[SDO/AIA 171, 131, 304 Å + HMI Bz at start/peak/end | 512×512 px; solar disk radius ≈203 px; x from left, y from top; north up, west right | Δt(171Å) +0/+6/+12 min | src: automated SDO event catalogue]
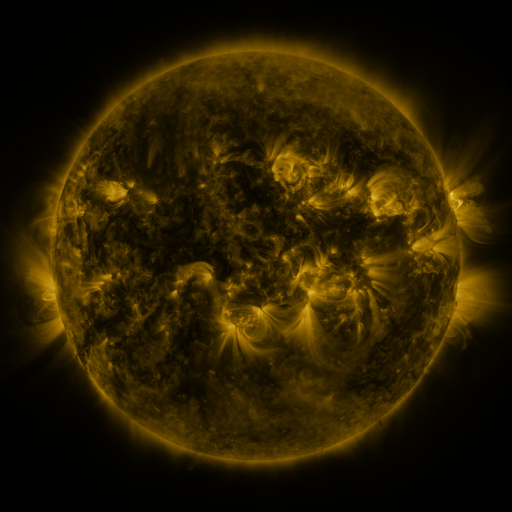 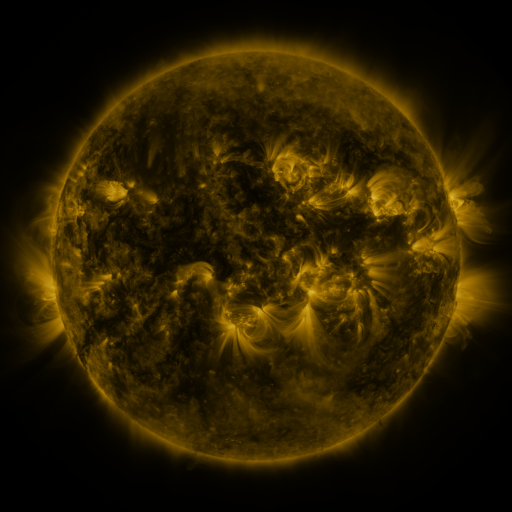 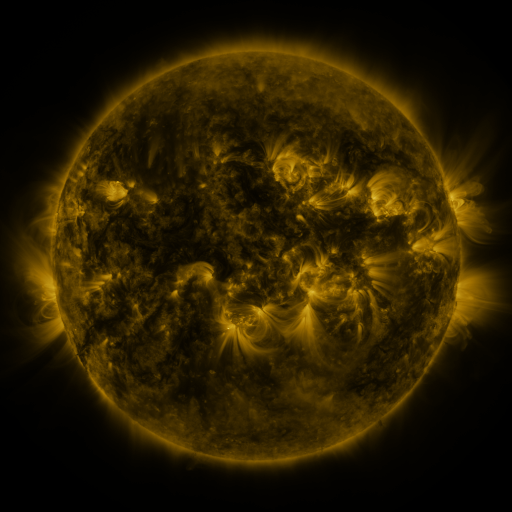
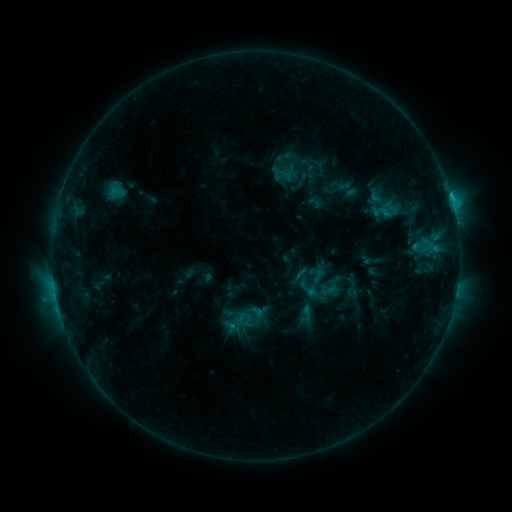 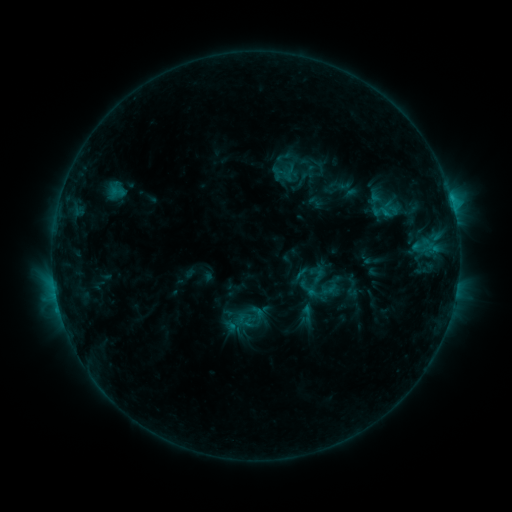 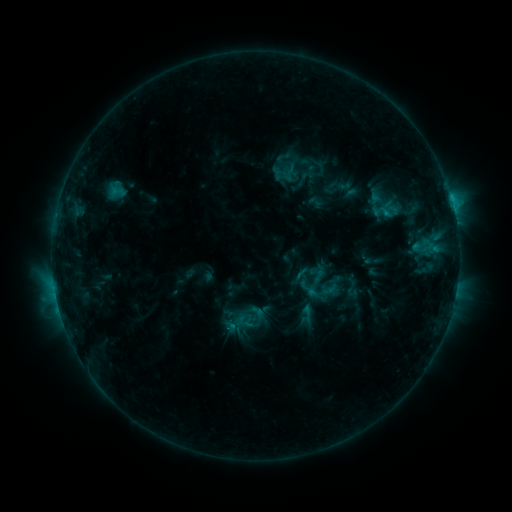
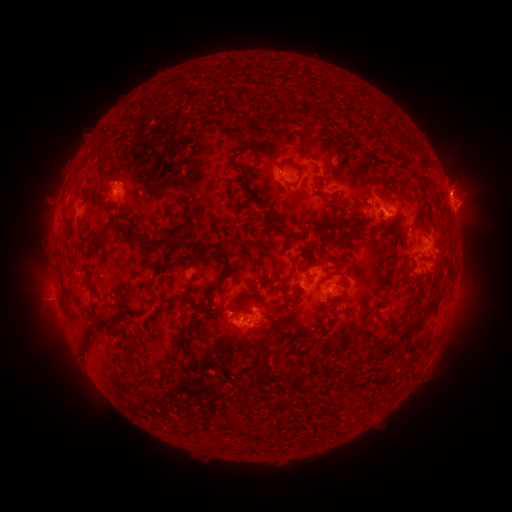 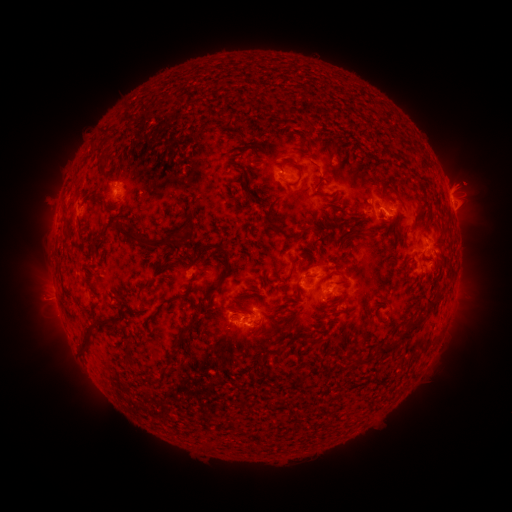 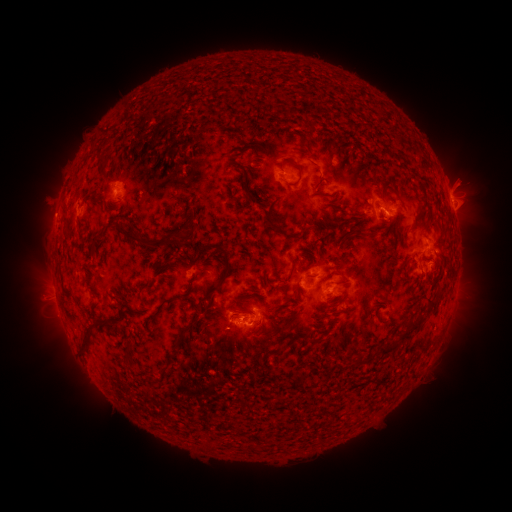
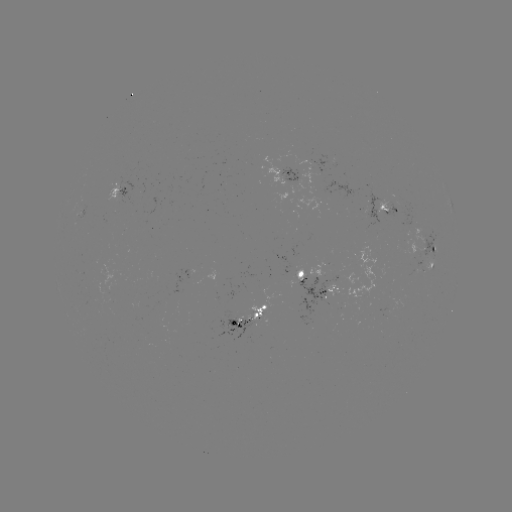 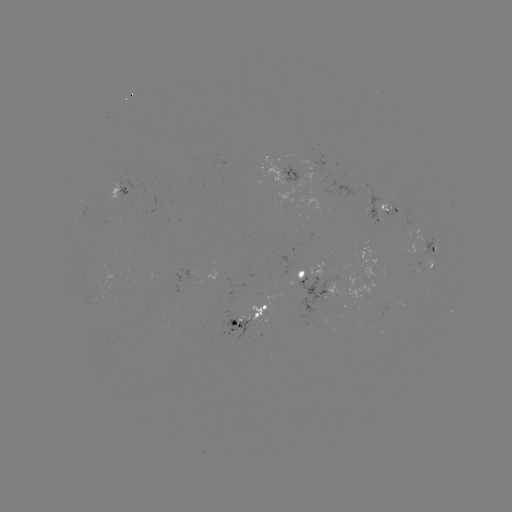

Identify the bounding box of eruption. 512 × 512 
[432, 155, 495, 210].